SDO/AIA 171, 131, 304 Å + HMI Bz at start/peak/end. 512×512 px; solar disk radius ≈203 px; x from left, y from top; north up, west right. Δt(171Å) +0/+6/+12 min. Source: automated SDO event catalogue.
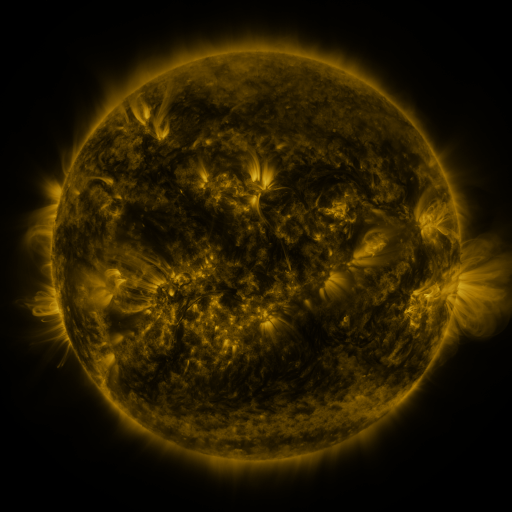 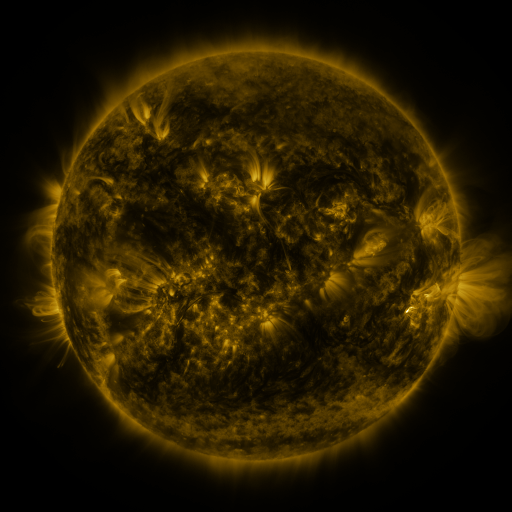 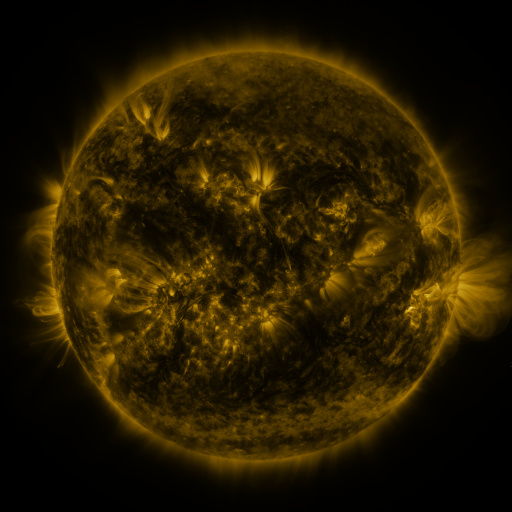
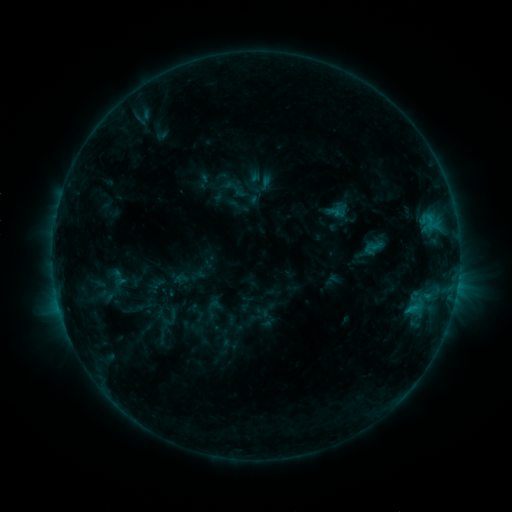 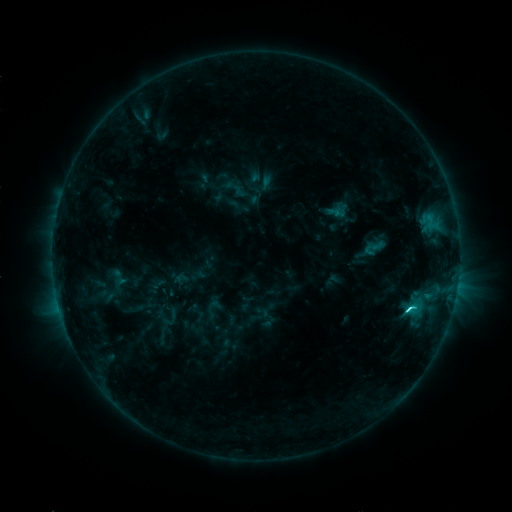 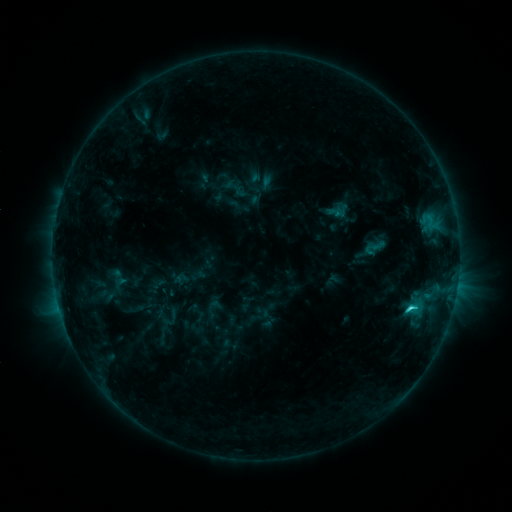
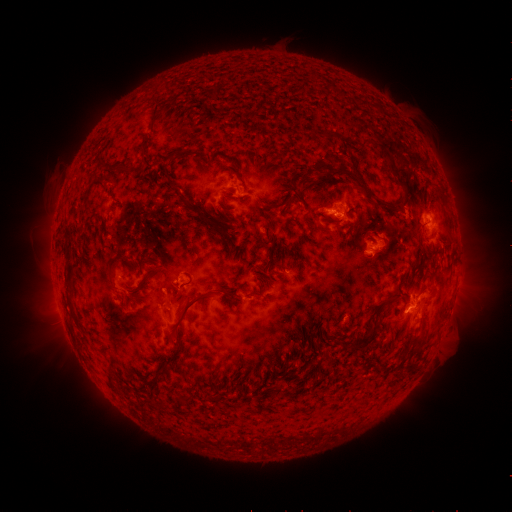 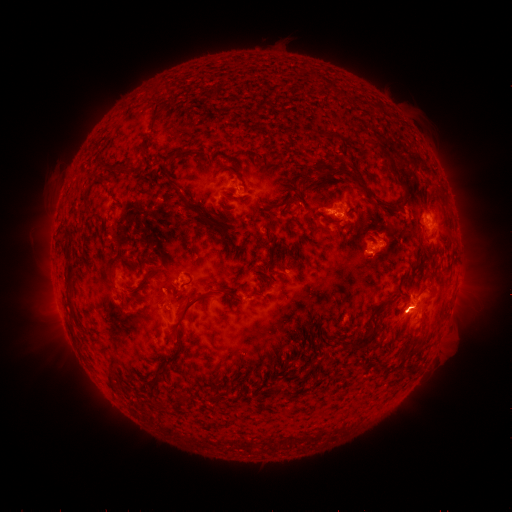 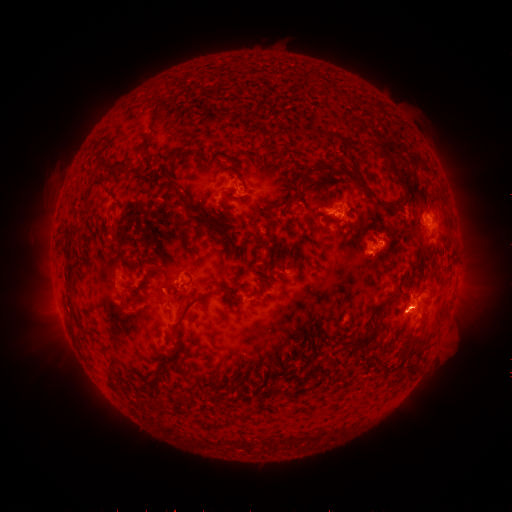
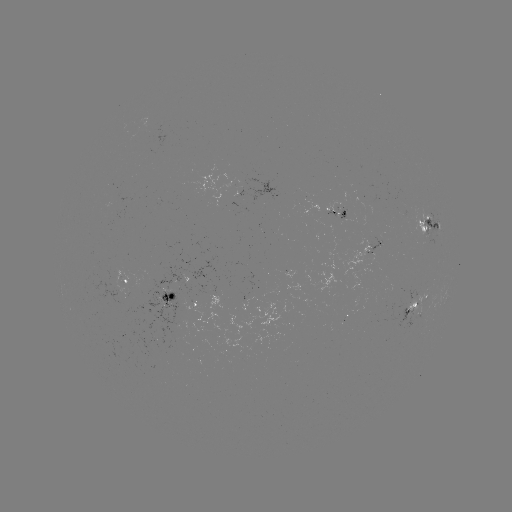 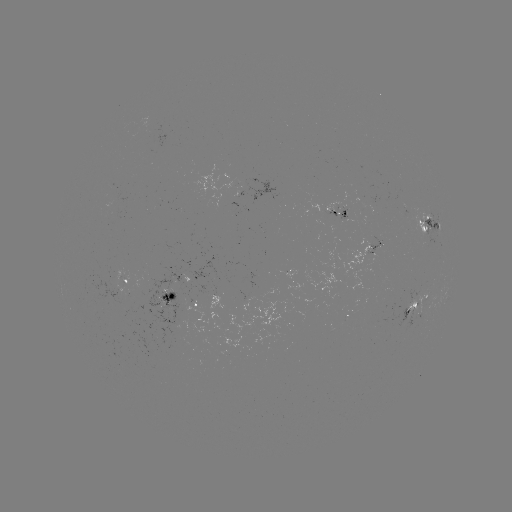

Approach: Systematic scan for C3.1 flare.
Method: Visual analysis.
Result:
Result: C3.1 flare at (409, 306).